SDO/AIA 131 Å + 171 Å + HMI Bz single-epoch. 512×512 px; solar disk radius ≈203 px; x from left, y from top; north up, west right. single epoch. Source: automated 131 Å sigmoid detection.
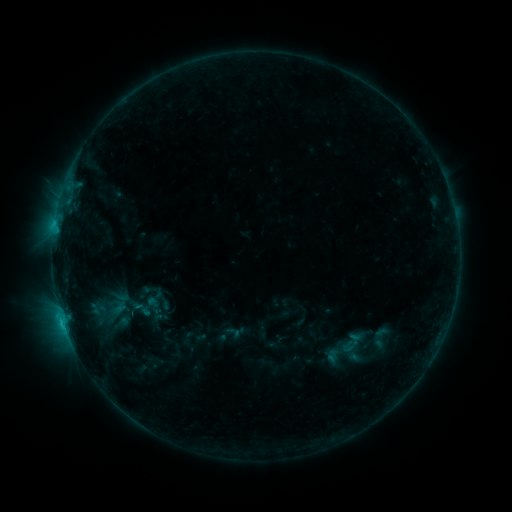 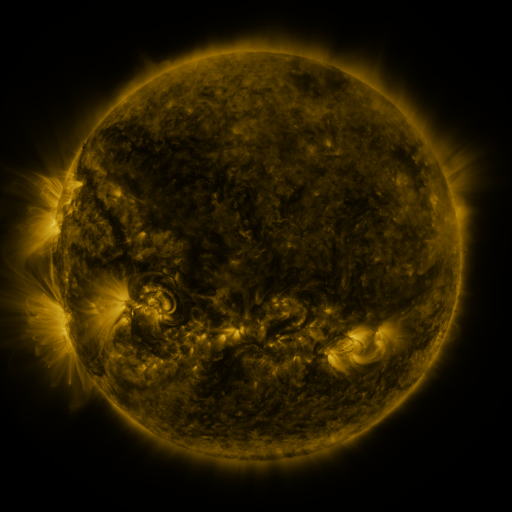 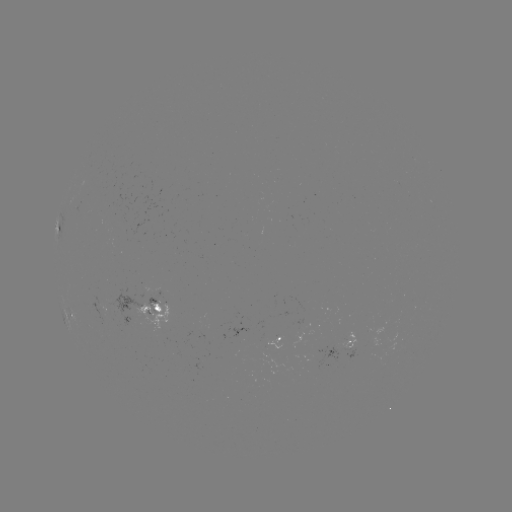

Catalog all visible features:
sigmoid: (348, 347)
